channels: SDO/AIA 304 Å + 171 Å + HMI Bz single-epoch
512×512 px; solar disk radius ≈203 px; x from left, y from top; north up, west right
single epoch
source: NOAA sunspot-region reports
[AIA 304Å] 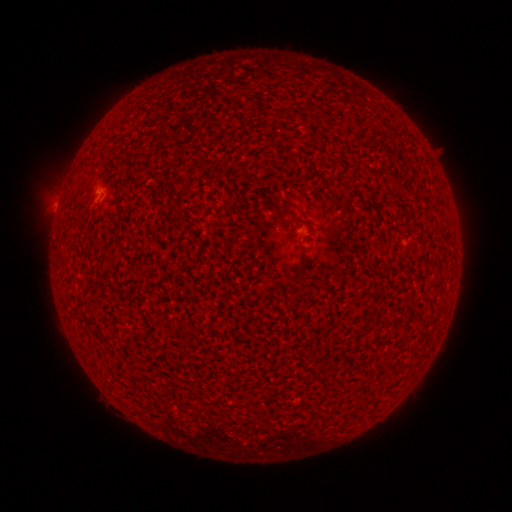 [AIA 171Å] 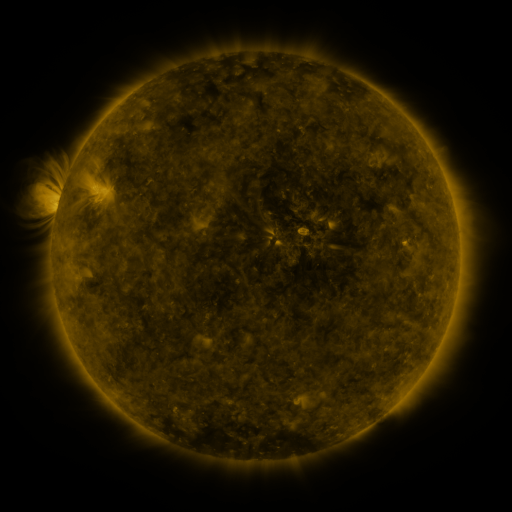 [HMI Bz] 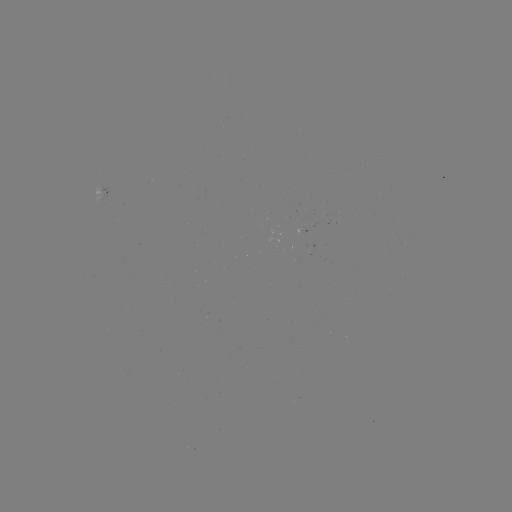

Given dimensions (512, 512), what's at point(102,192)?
spotted active region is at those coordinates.